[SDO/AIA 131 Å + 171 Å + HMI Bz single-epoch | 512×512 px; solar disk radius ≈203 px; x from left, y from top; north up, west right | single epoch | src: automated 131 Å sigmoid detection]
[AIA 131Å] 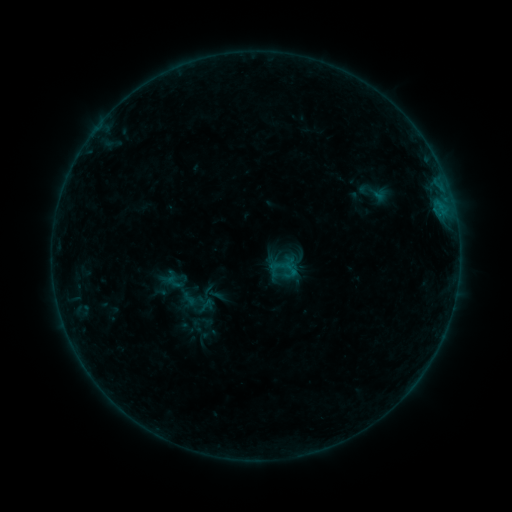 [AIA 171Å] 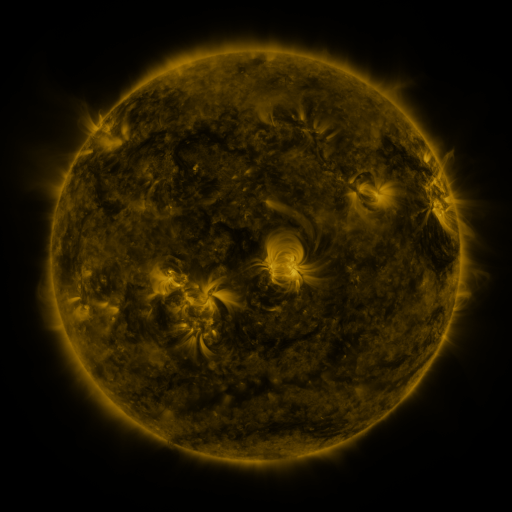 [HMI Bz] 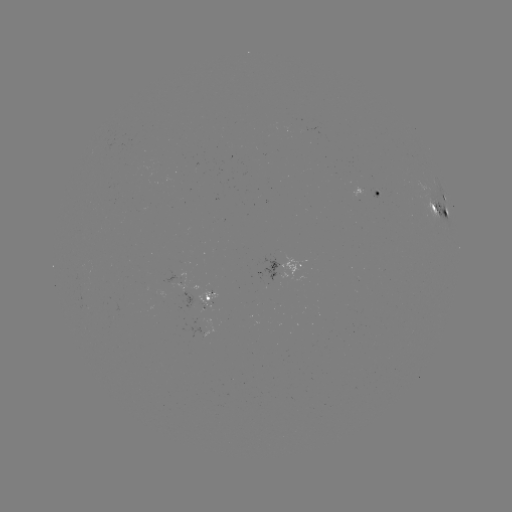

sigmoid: <bbox>193, 298, 216, 317</bbox>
